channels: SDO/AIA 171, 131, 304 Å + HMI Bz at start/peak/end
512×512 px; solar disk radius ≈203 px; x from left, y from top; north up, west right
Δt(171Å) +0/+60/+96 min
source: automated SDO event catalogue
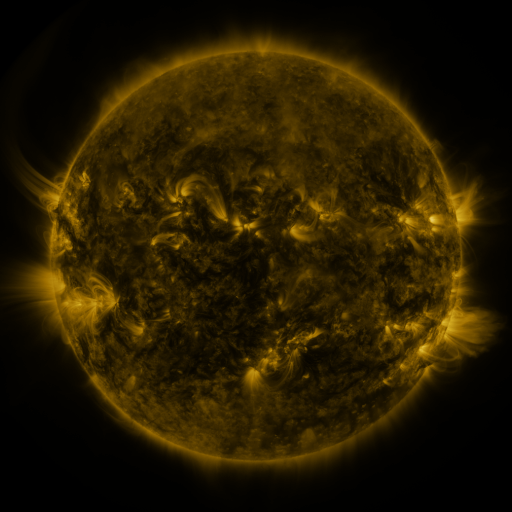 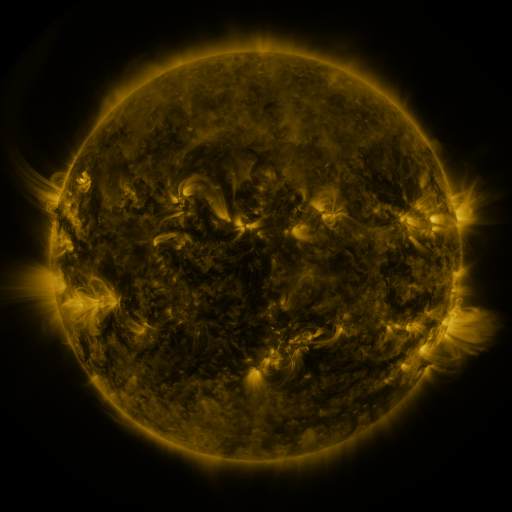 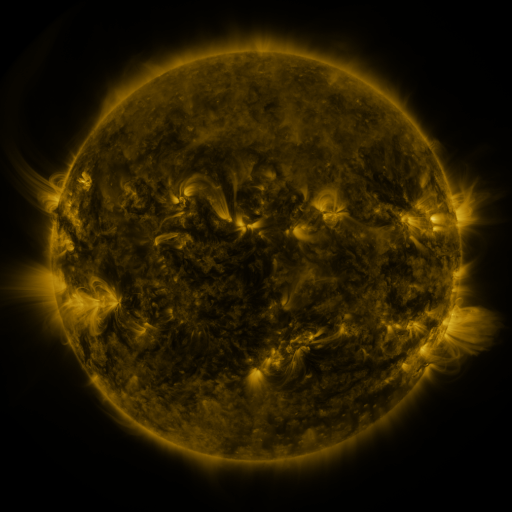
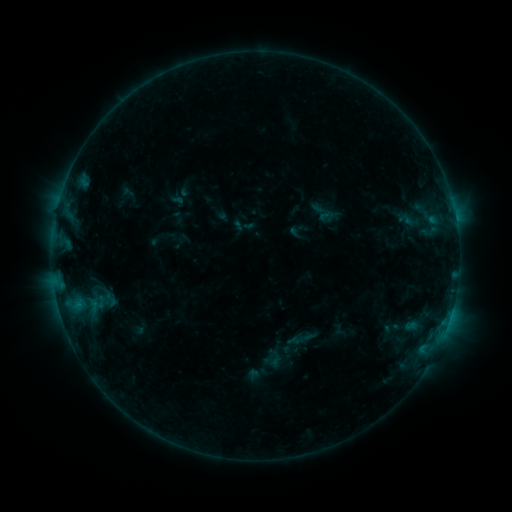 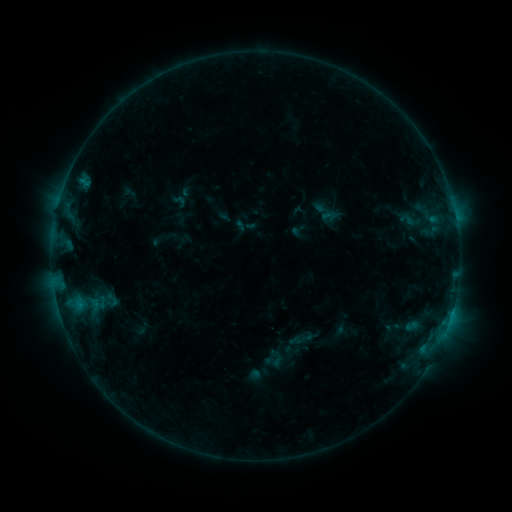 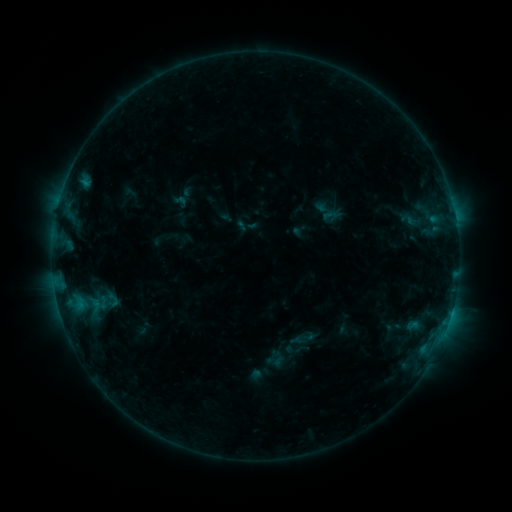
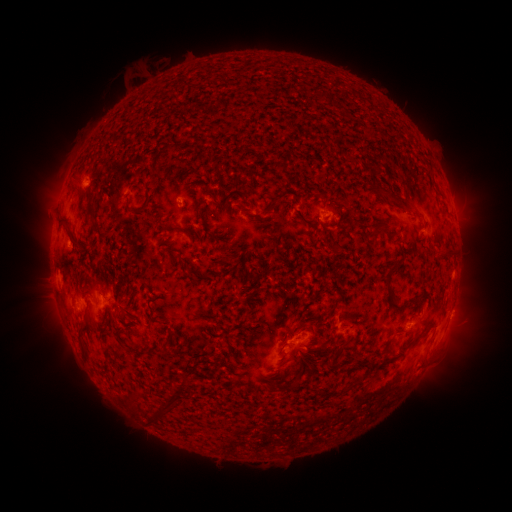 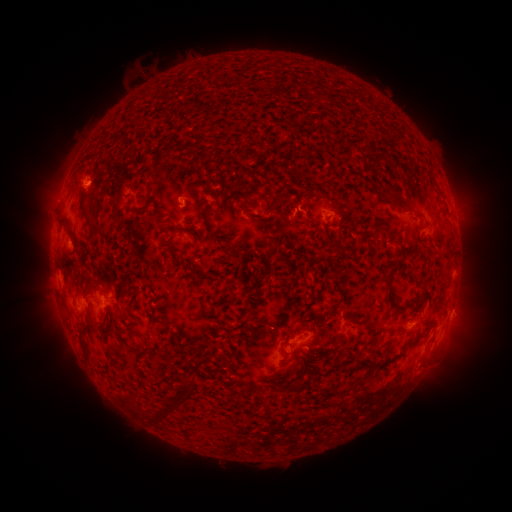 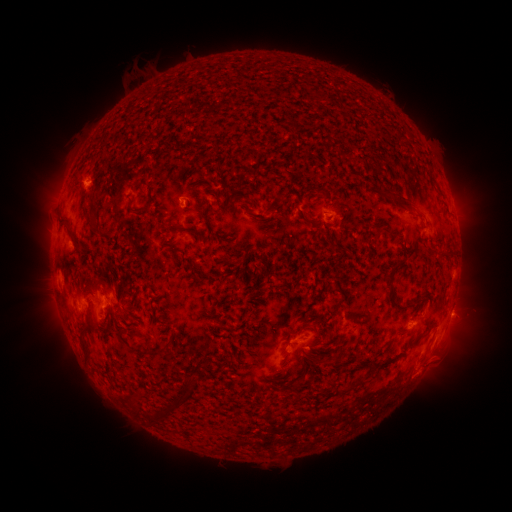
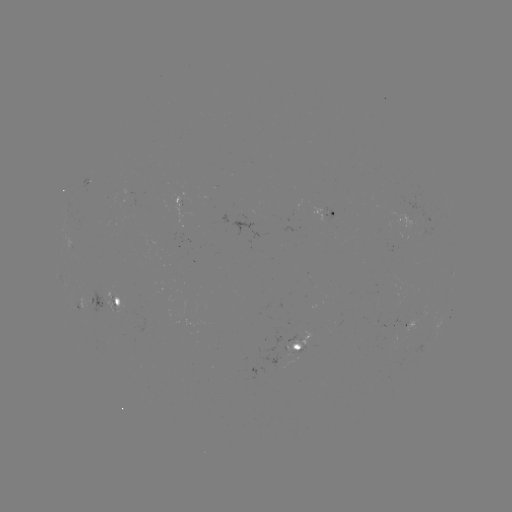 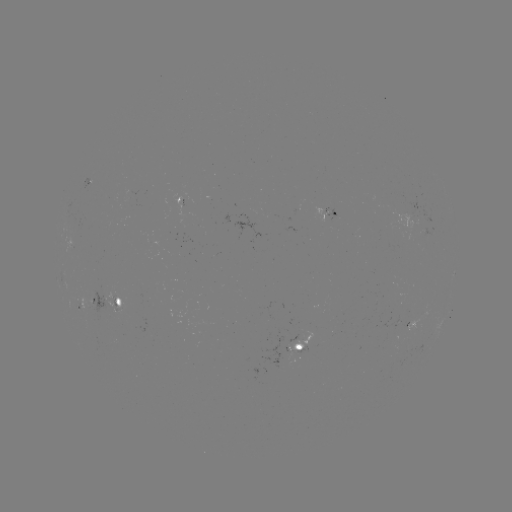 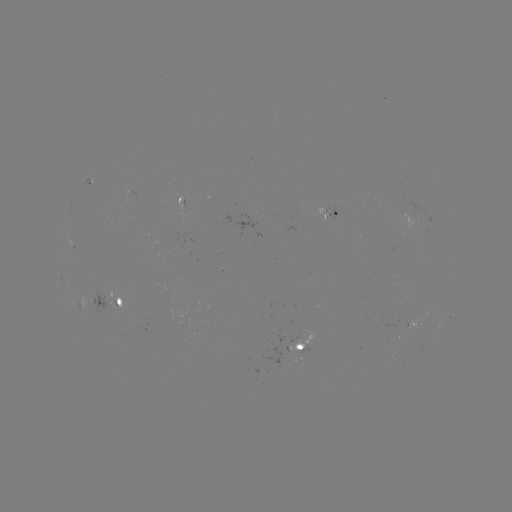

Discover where emerging-flux region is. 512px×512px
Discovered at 395,323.